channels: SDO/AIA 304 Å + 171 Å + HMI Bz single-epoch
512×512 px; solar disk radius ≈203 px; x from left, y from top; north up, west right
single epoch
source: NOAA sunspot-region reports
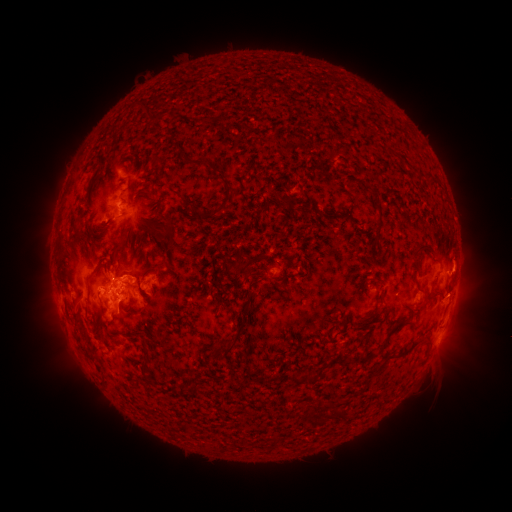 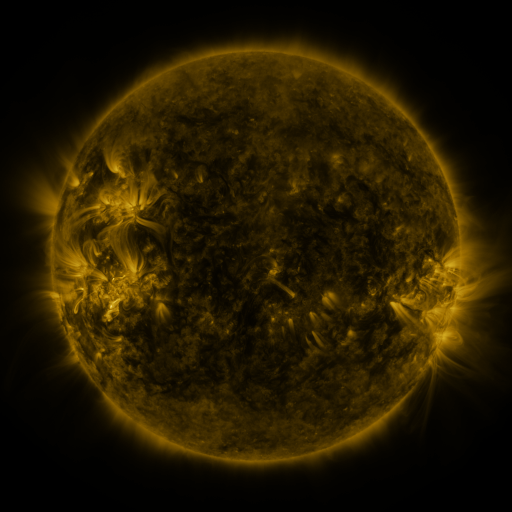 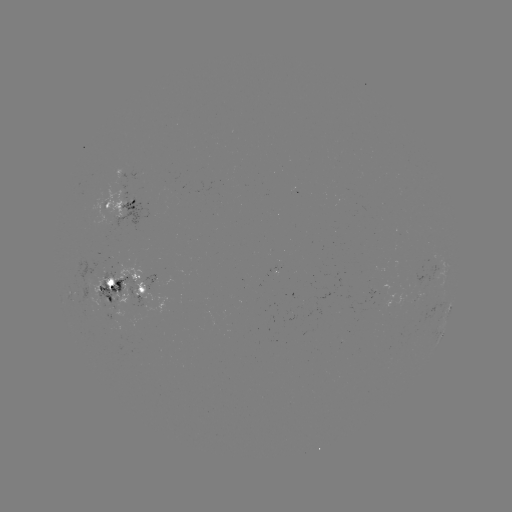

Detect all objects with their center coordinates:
spotted active region: (123, 208)
spotted active region: (126, 289)
spotted active region: (419, 297)
spotted active region: (450, 305)
spotted active region: (442, 334)
